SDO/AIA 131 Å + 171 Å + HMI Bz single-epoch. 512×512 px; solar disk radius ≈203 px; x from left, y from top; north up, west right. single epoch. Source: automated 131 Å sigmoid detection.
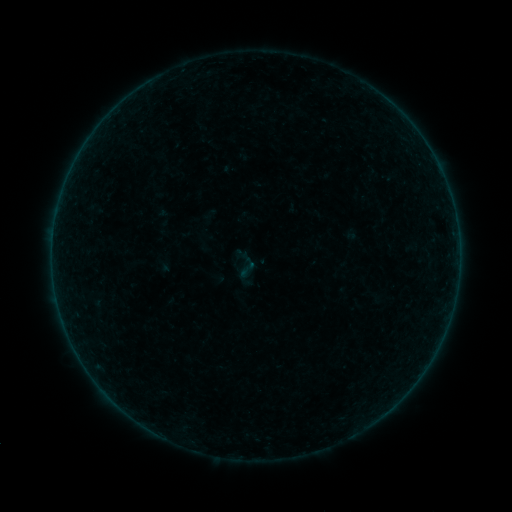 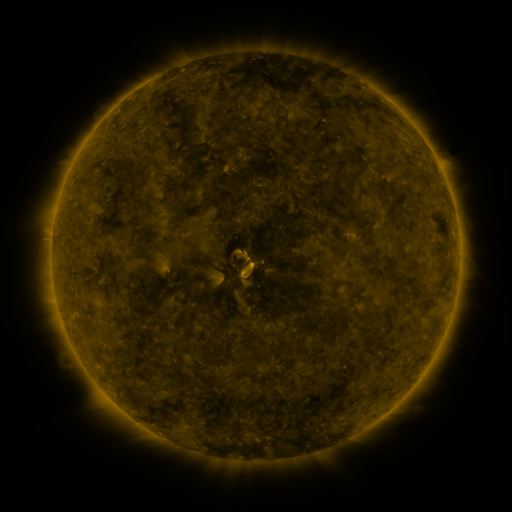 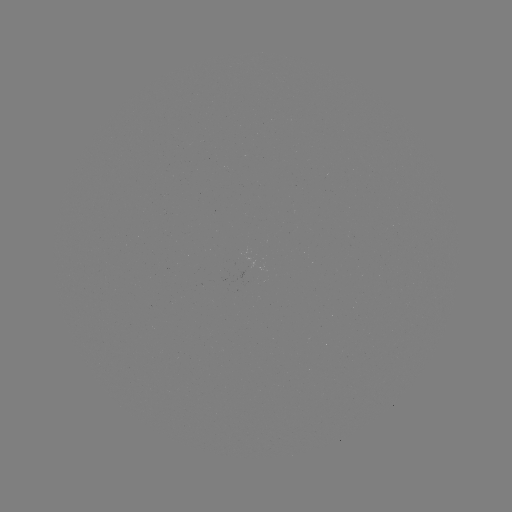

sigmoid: <bbox>225, 246, 265, 285</bbox>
